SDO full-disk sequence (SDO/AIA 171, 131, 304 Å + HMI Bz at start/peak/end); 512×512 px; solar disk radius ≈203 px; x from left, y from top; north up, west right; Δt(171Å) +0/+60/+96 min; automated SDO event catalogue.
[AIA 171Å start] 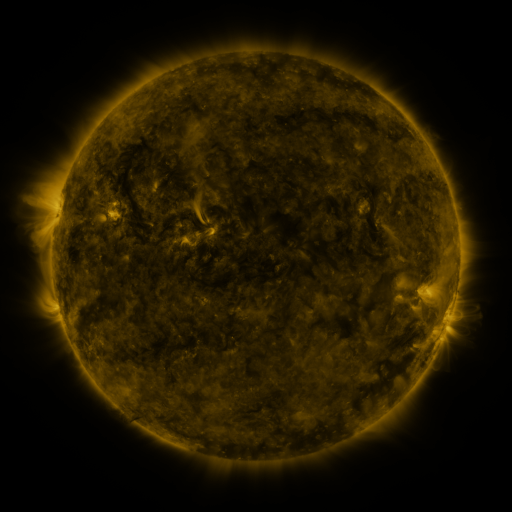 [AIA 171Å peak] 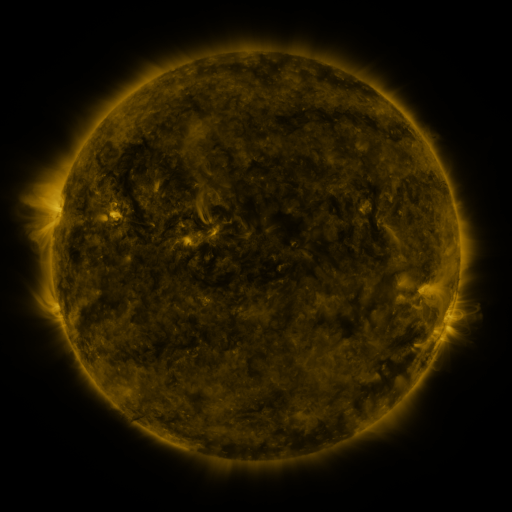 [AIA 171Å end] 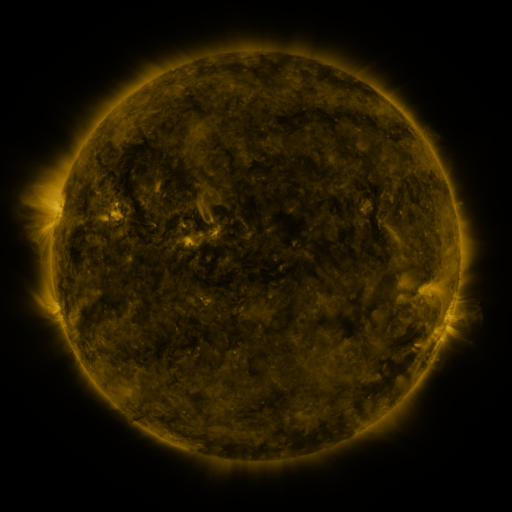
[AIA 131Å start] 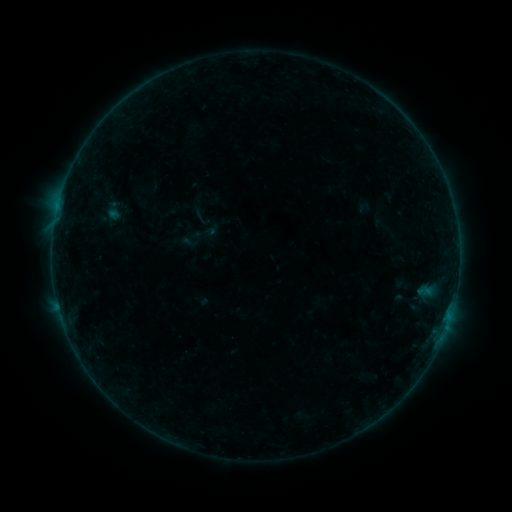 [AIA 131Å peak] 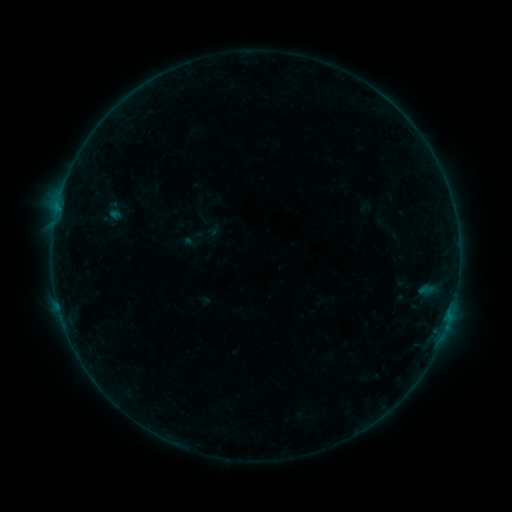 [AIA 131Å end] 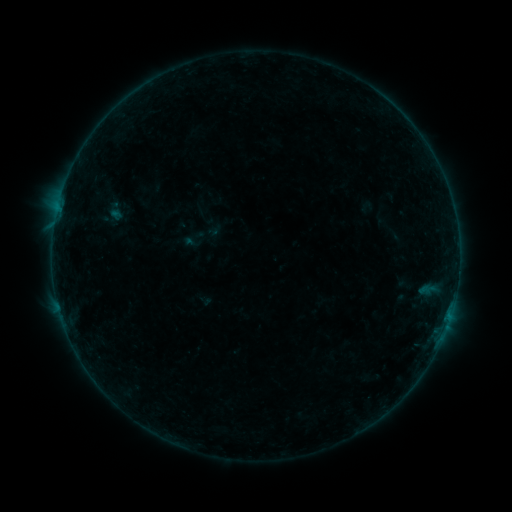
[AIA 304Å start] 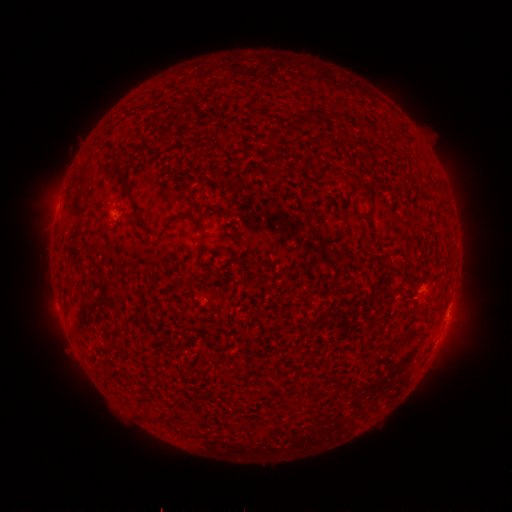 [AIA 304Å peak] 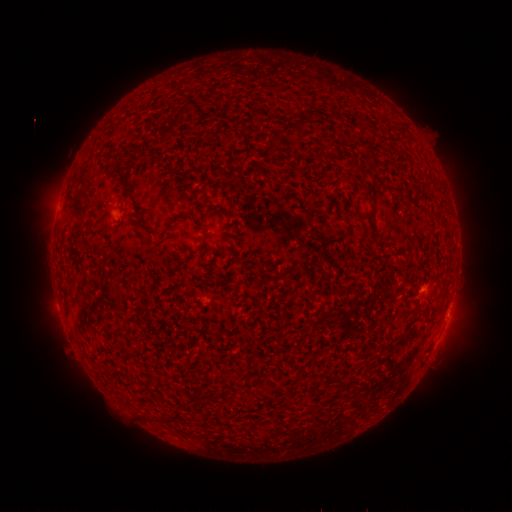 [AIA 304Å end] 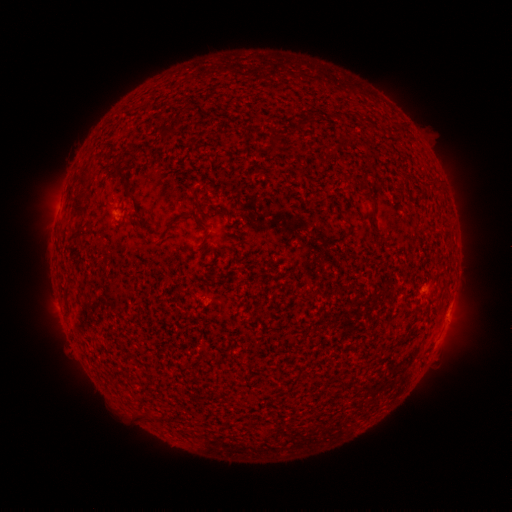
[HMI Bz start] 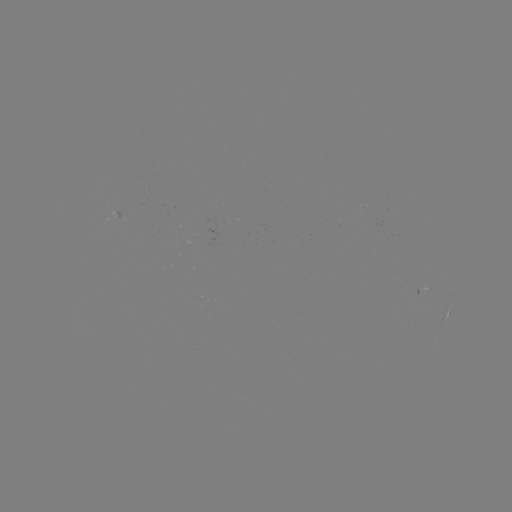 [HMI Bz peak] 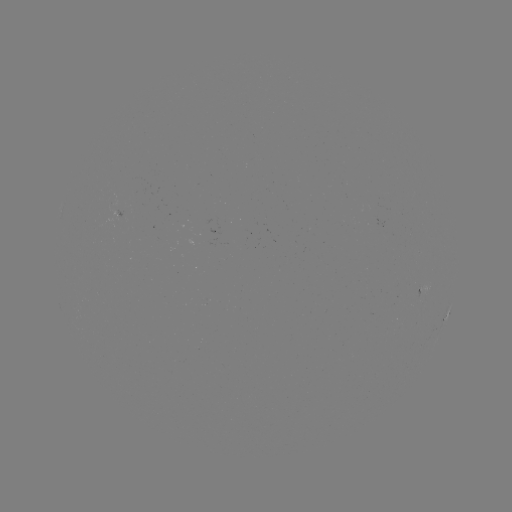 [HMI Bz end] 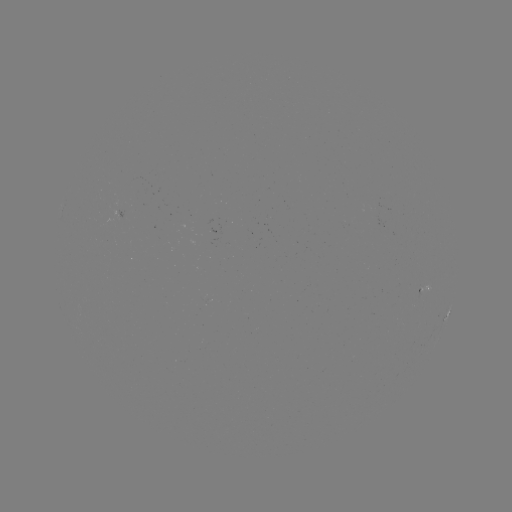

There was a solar emerging-flux region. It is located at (112, 202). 